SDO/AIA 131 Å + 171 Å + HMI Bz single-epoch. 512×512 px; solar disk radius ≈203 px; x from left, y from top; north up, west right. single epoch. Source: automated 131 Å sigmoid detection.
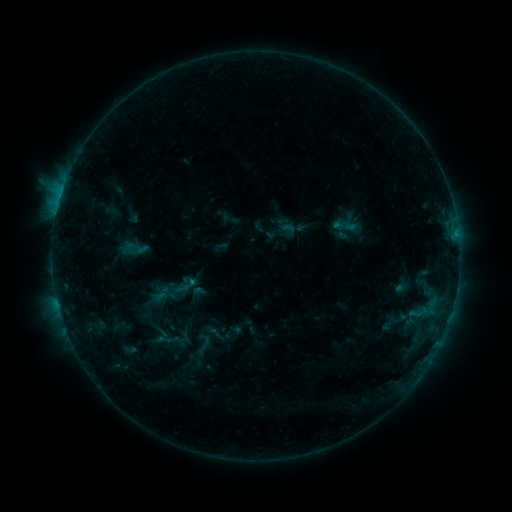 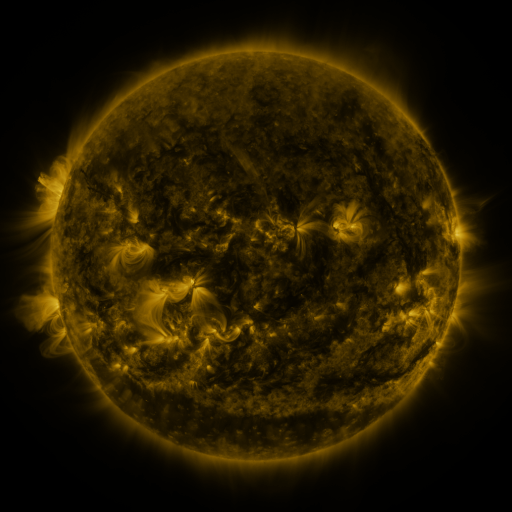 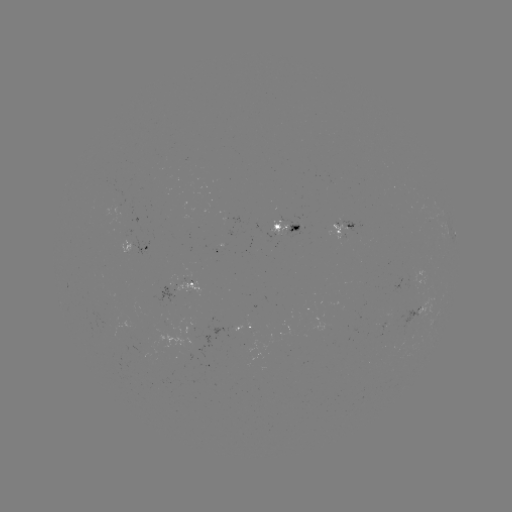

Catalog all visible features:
sigmoid: (135, 248)
sigmoid: (203, 344)
